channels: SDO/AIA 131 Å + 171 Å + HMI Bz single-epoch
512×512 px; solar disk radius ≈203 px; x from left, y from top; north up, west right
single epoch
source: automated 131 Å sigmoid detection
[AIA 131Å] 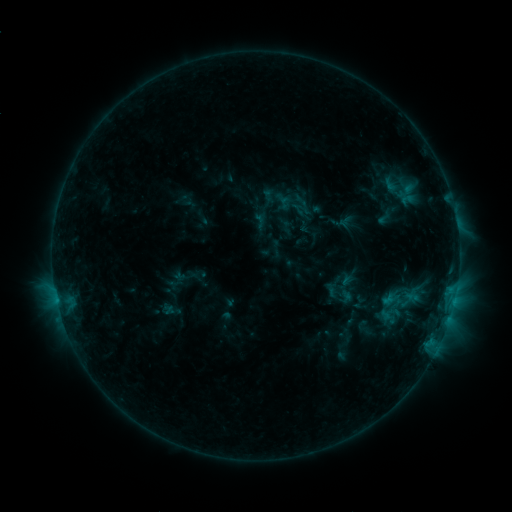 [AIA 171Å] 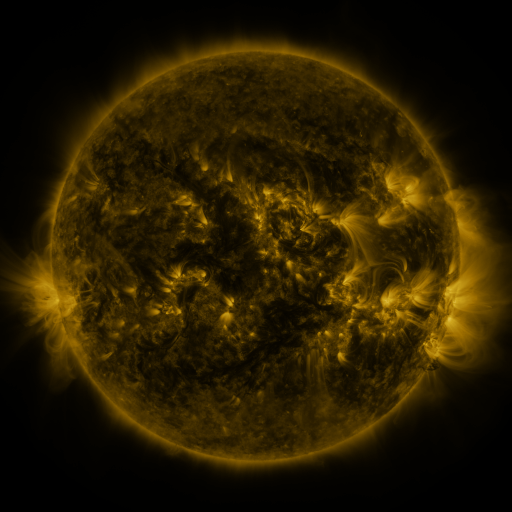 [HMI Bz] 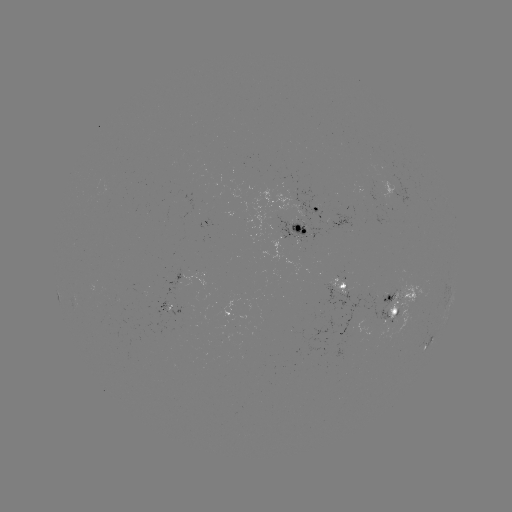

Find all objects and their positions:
sigmoid: (301, 209)
